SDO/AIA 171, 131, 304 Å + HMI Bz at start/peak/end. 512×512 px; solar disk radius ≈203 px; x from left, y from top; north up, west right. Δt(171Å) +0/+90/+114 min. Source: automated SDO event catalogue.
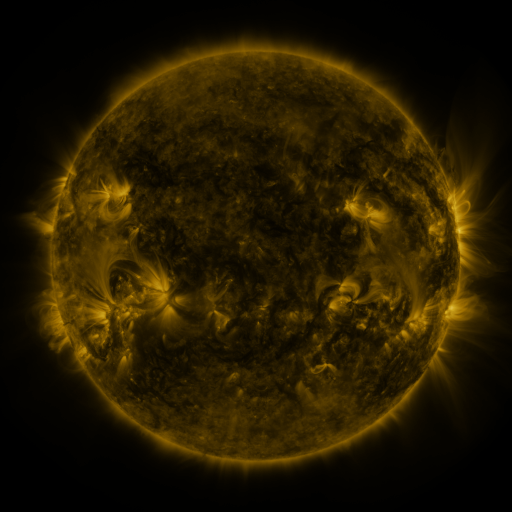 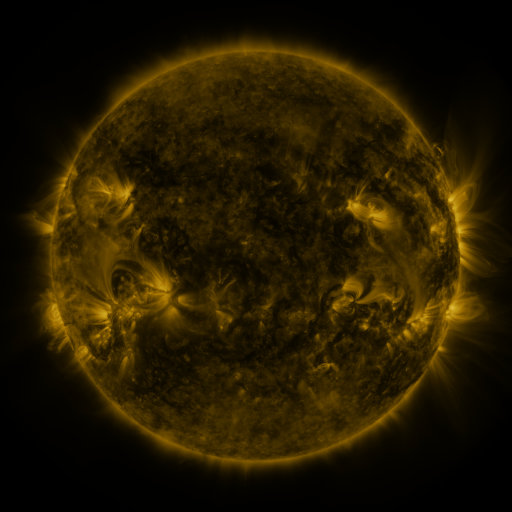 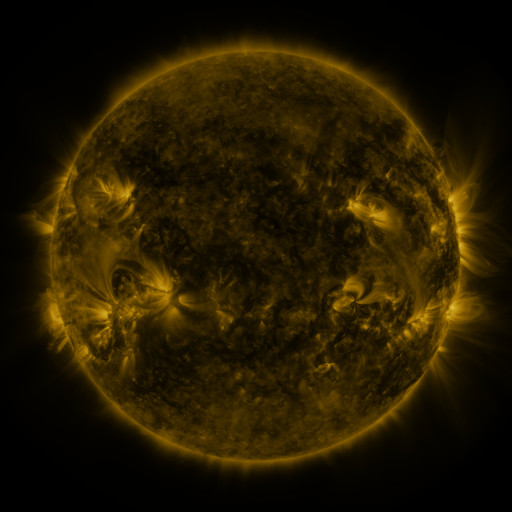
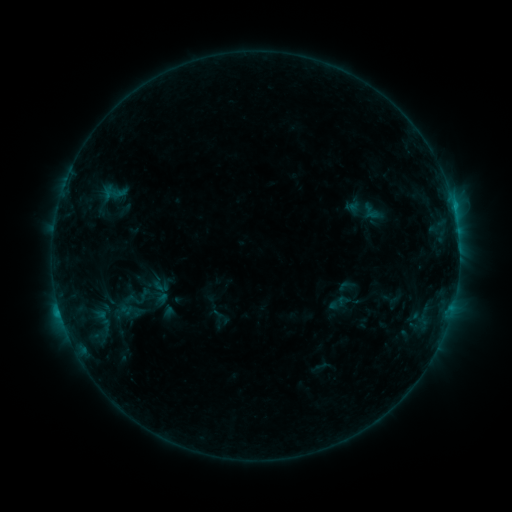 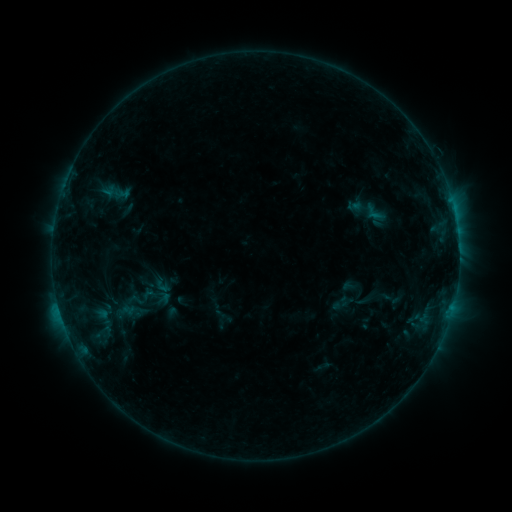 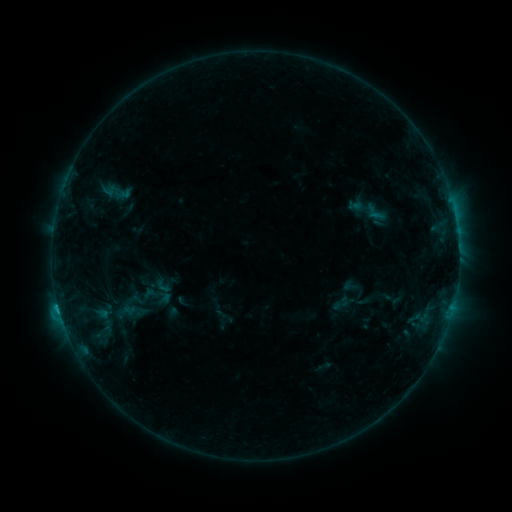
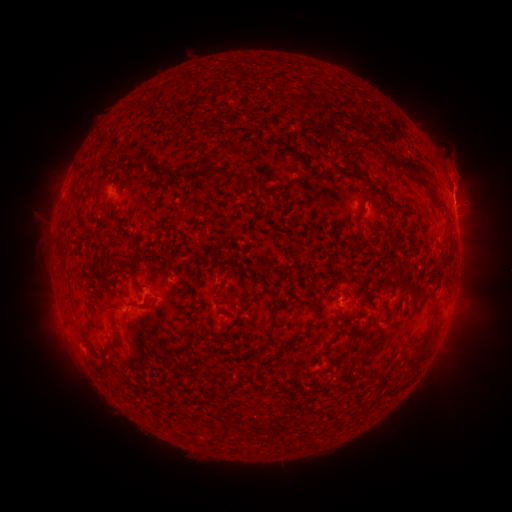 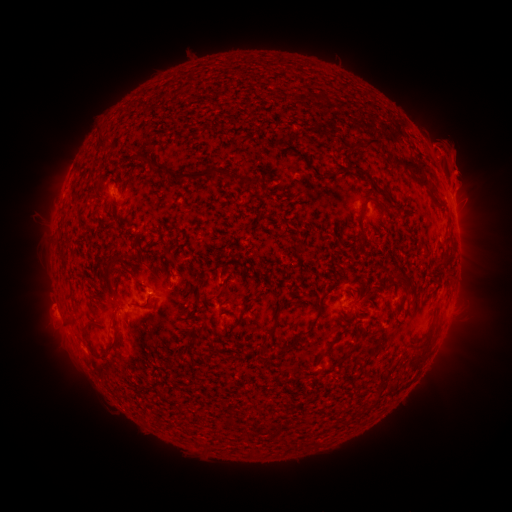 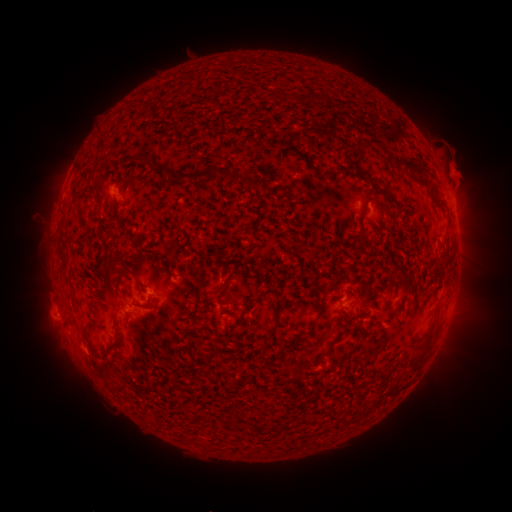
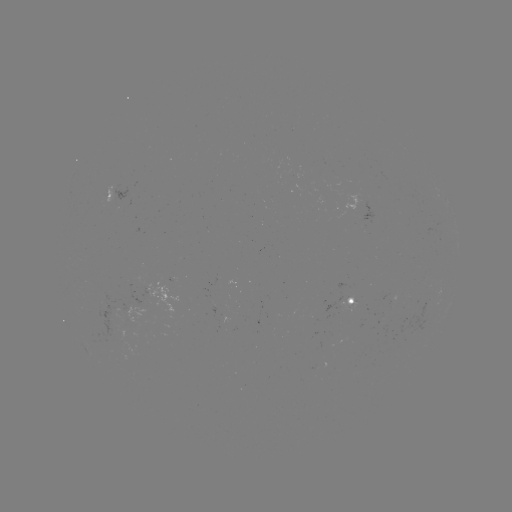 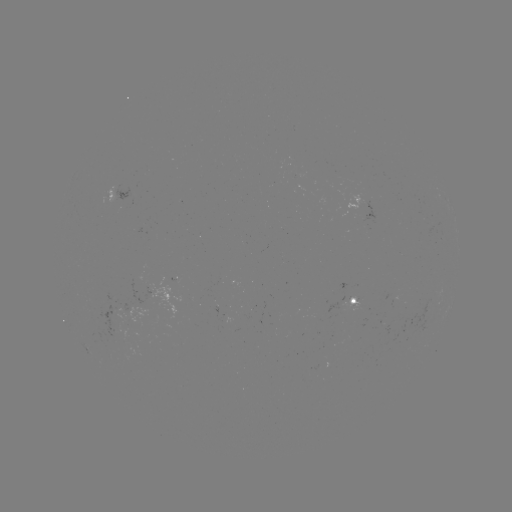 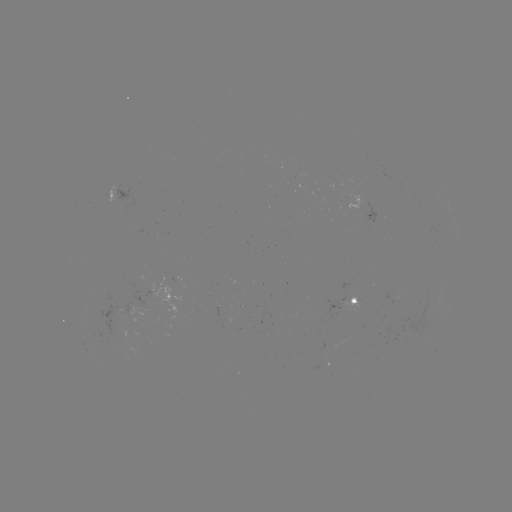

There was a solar emerging-flux region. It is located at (120, 312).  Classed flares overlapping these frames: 1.